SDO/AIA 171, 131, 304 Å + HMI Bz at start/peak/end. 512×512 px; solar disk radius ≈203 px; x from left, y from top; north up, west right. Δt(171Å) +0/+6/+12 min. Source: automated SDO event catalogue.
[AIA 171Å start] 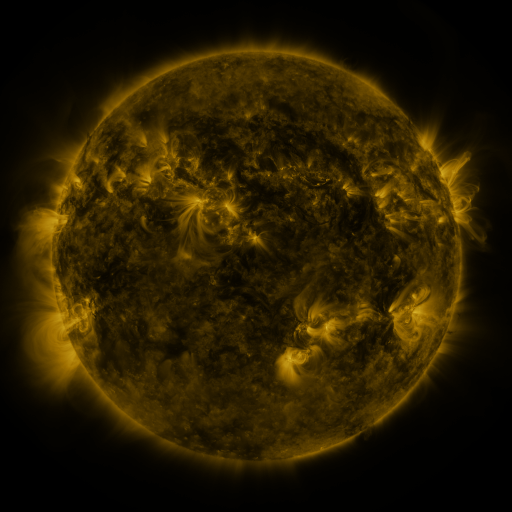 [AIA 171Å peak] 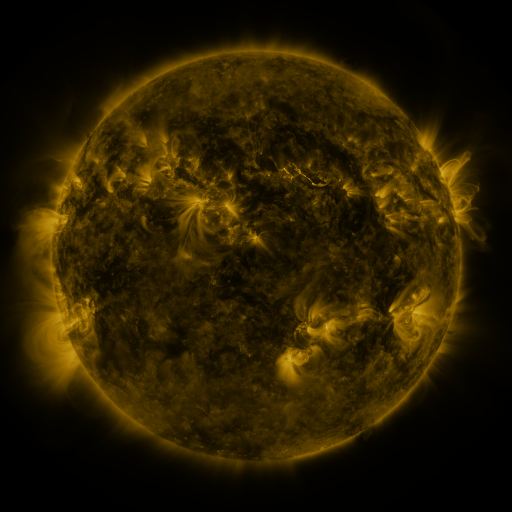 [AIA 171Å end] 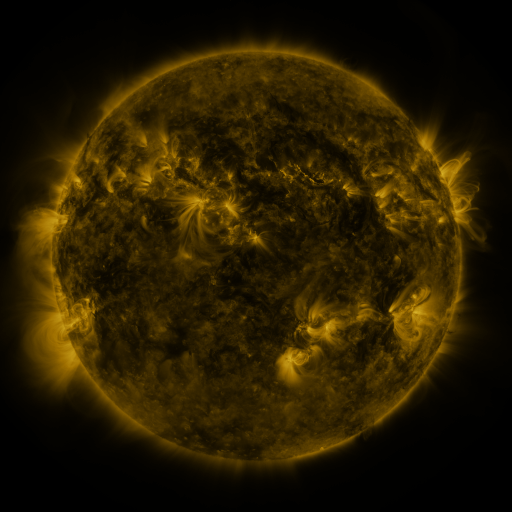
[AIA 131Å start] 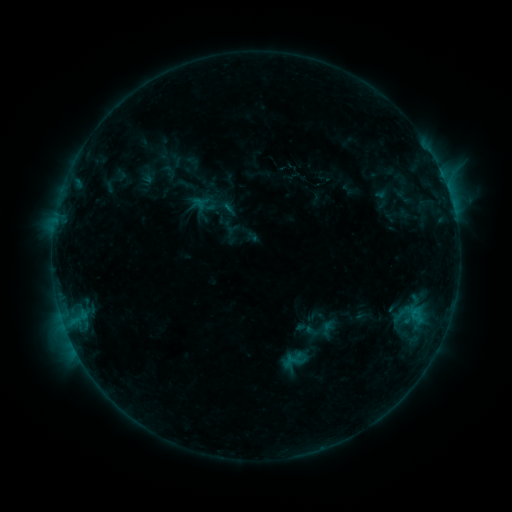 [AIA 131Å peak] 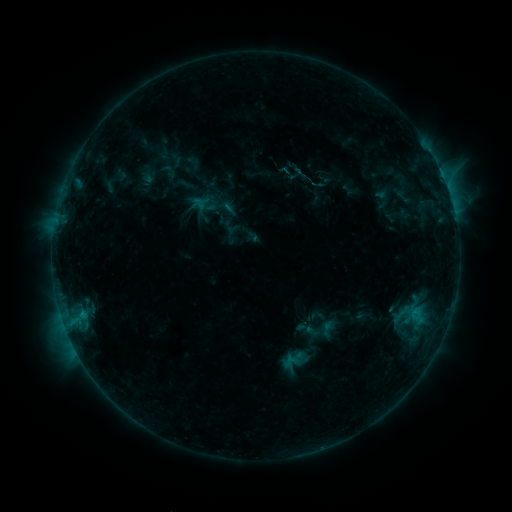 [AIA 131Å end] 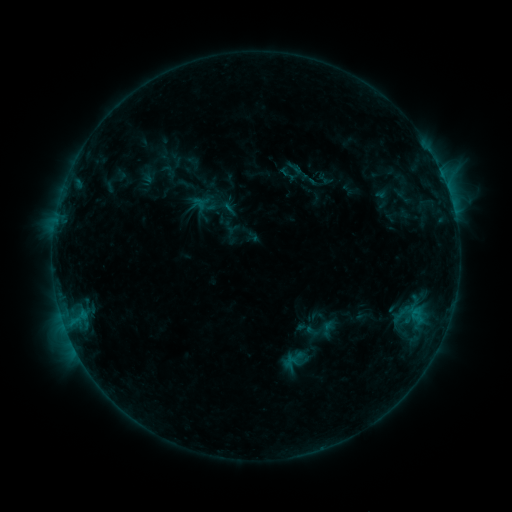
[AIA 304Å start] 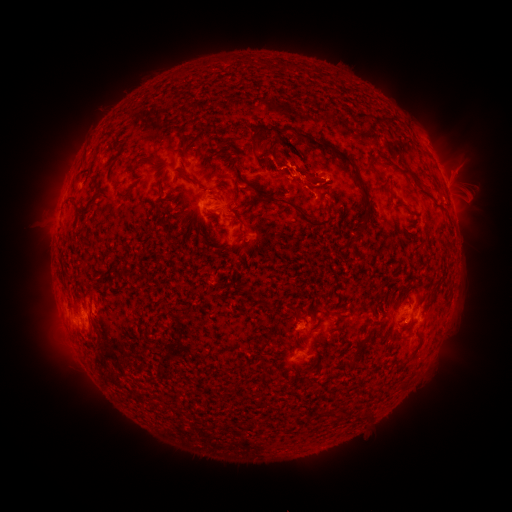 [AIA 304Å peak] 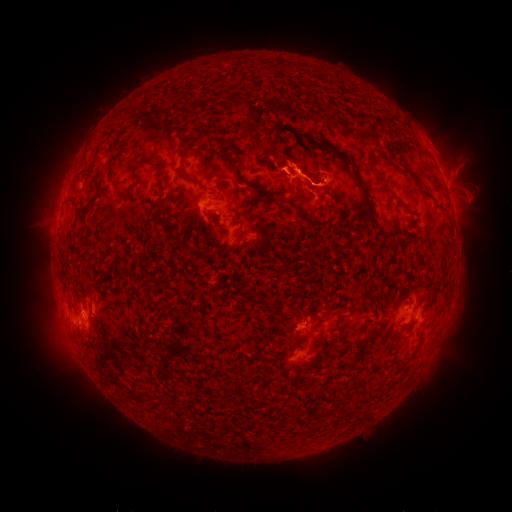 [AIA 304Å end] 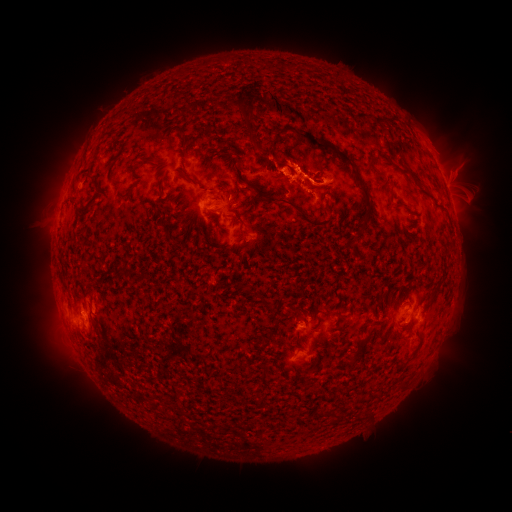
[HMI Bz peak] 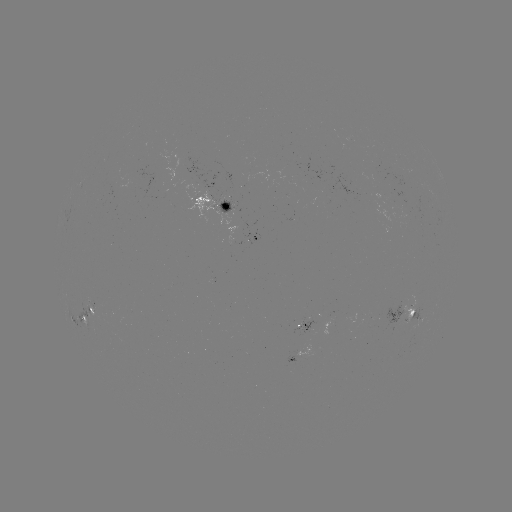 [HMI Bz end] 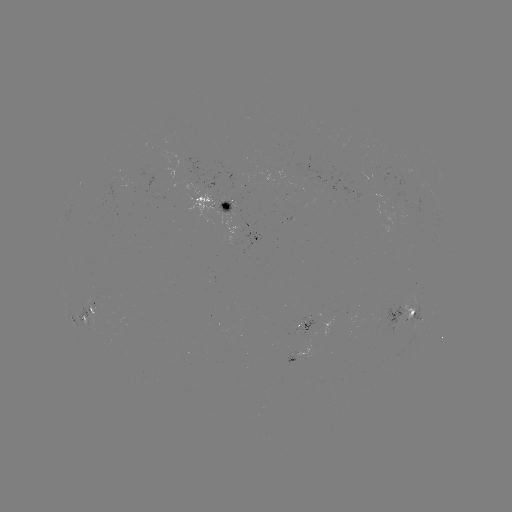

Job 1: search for eruption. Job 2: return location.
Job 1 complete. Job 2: (352, 172).